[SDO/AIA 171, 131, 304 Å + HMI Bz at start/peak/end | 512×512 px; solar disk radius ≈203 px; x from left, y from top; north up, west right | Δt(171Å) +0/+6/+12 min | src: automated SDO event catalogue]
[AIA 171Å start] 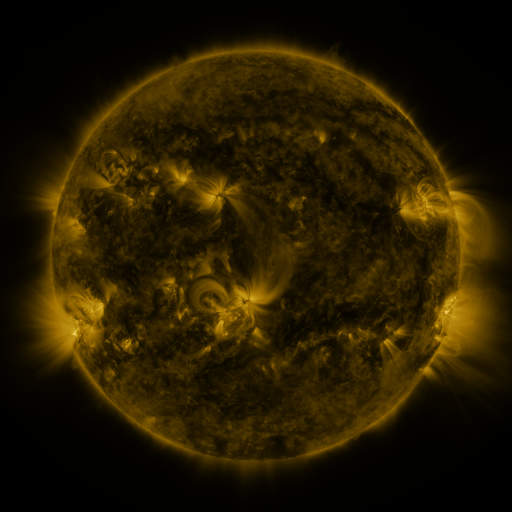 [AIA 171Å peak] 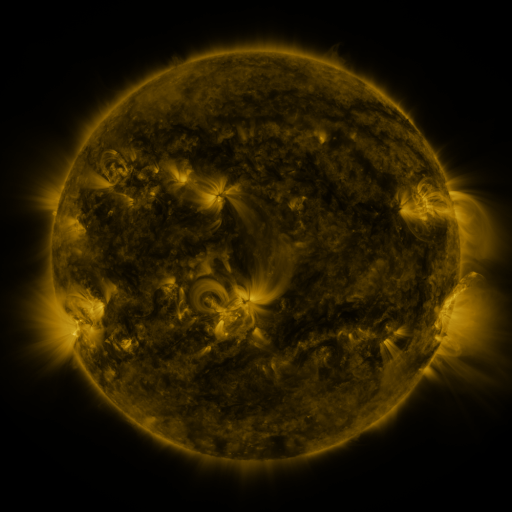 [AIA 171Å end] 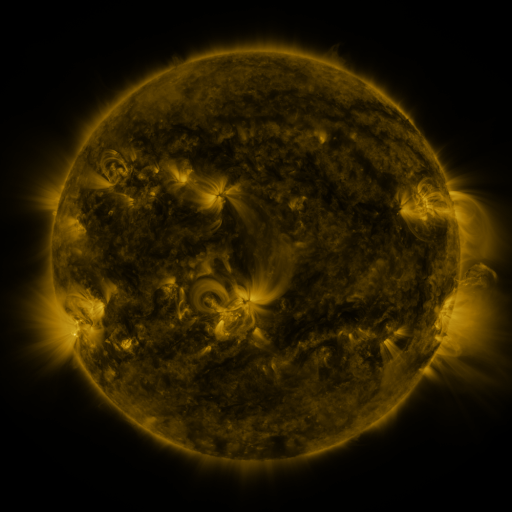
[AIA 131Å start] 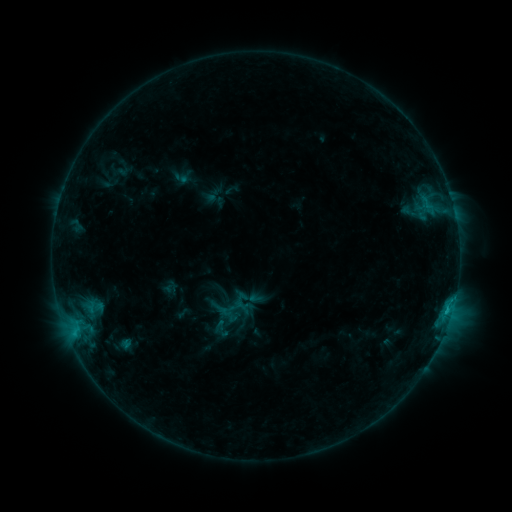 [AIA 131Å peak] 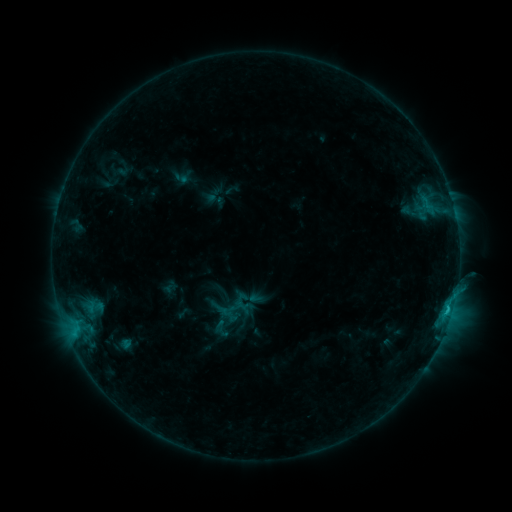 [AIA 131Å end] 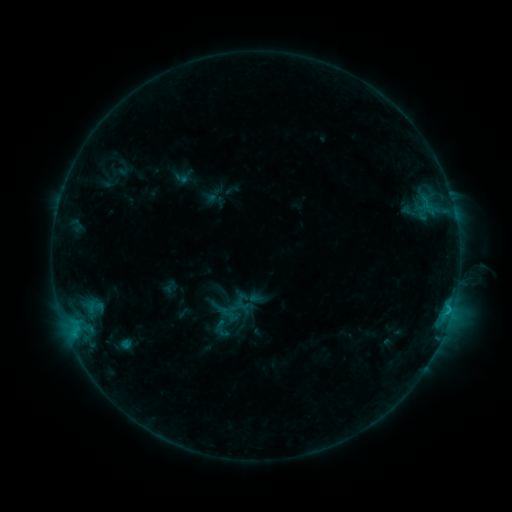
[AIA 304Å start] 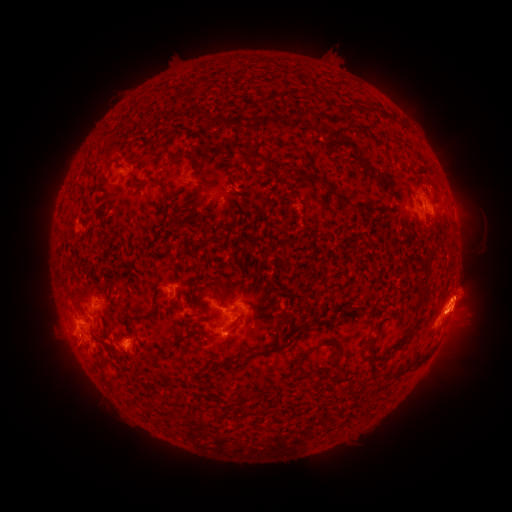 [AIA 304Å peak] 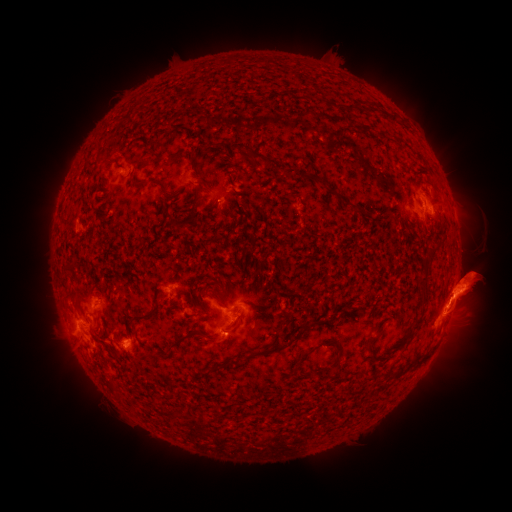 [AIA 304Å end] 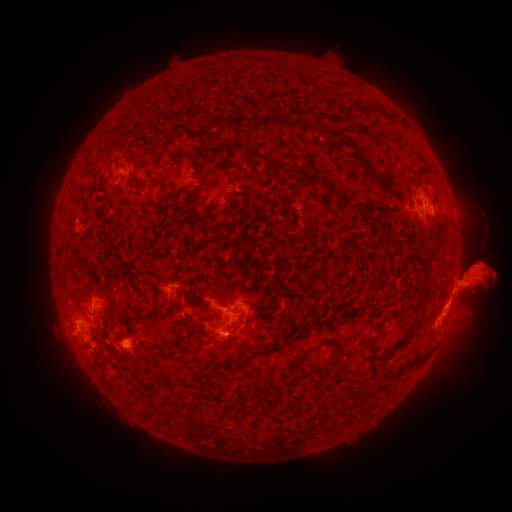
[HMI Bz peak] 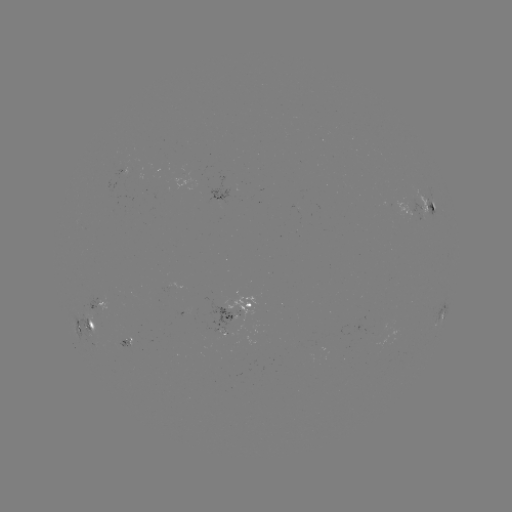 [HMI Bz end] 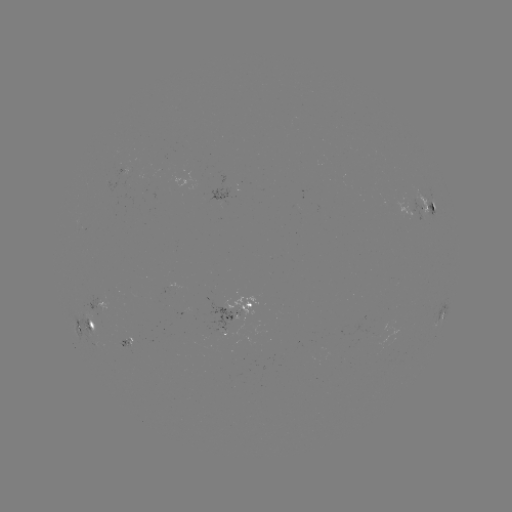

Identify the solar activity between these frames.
eruption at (34, 281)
